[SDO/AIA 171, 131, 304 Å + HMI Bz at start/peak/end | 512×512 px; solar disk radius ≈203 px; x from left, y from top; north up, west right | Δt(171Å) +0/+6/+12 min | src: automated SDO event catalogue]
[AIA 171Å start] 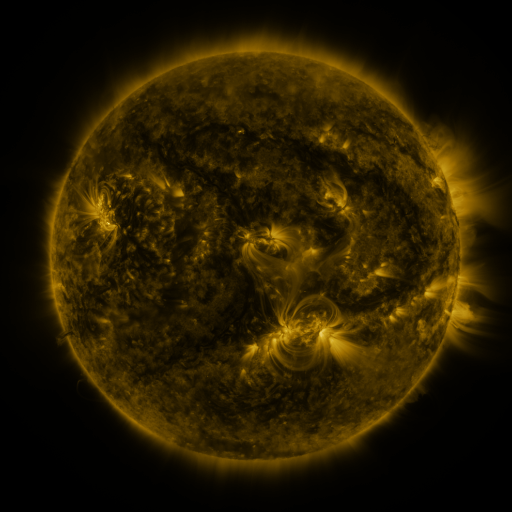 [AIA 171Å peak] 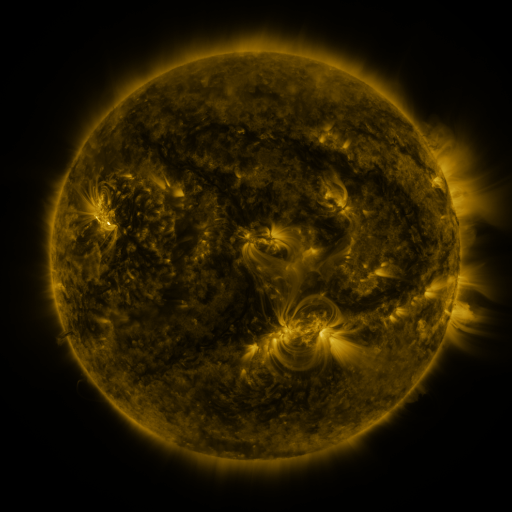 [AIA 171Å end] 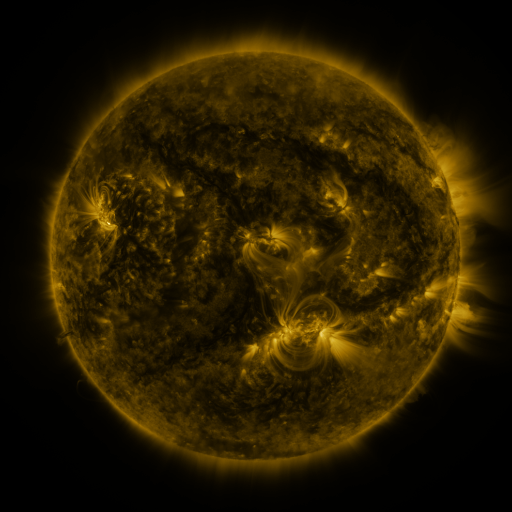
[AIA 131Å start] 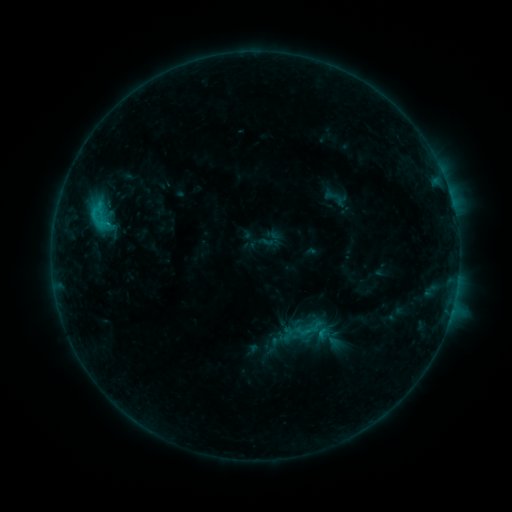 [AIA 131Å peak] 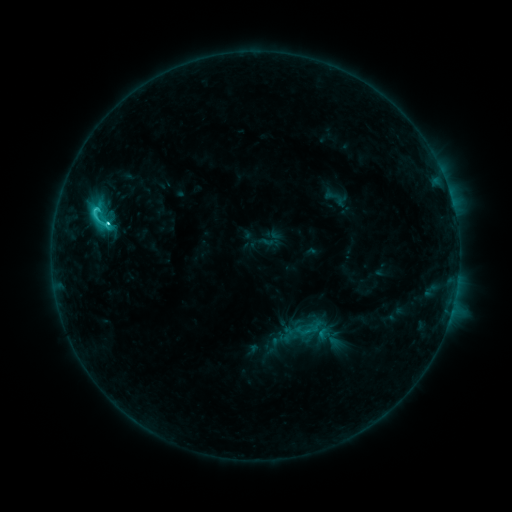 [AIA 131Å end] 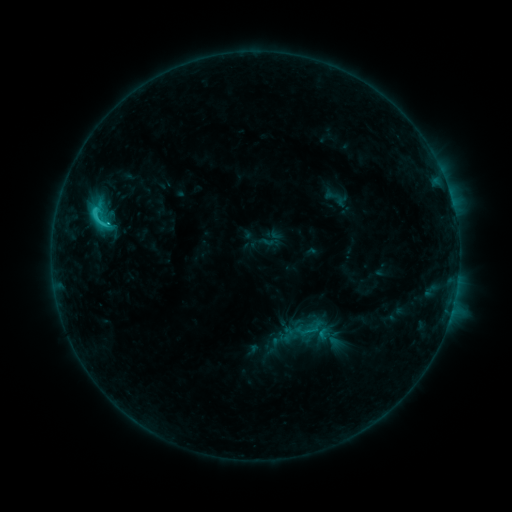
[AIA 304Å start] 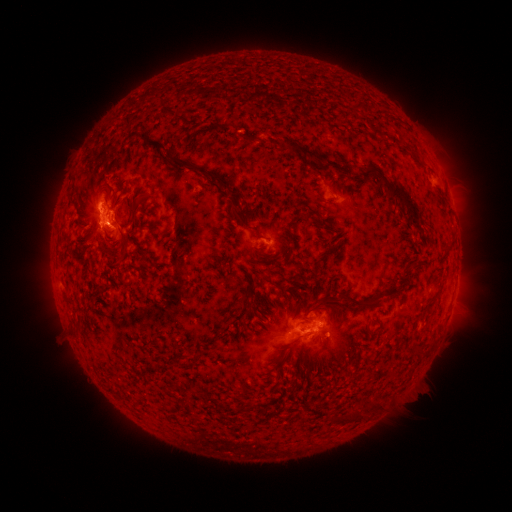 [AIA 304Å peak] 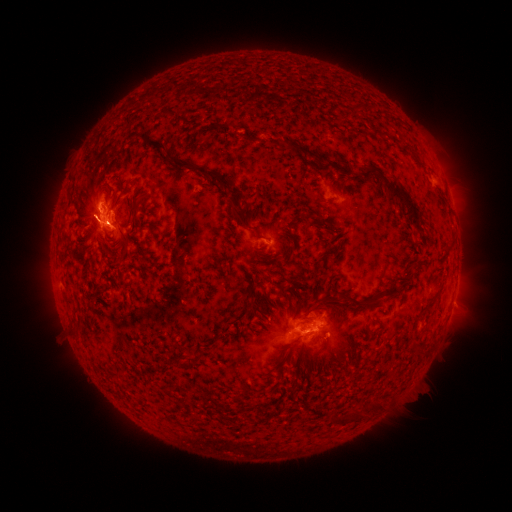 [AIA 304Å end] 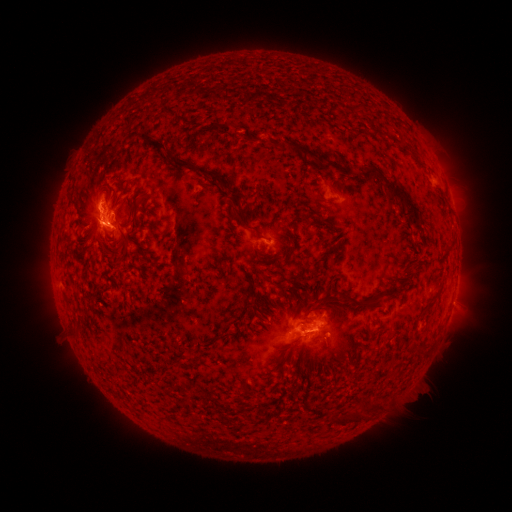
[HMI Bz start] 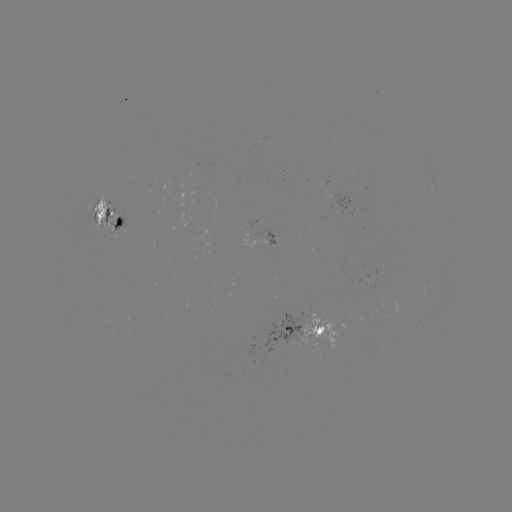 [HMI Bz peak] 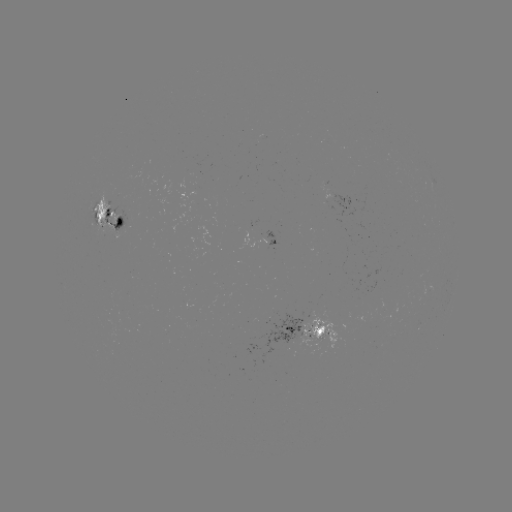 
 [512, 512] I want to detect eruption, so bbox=[63, 170, 152, 257].